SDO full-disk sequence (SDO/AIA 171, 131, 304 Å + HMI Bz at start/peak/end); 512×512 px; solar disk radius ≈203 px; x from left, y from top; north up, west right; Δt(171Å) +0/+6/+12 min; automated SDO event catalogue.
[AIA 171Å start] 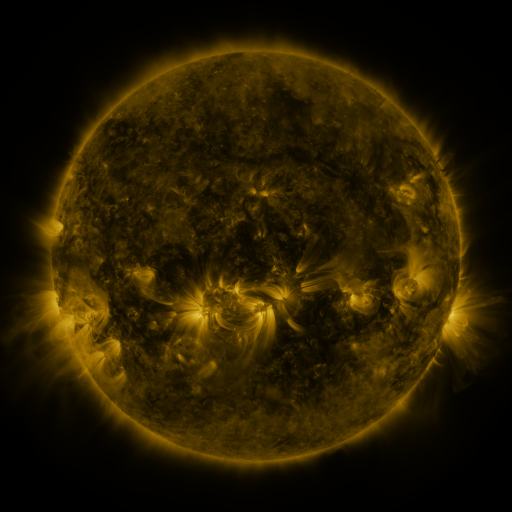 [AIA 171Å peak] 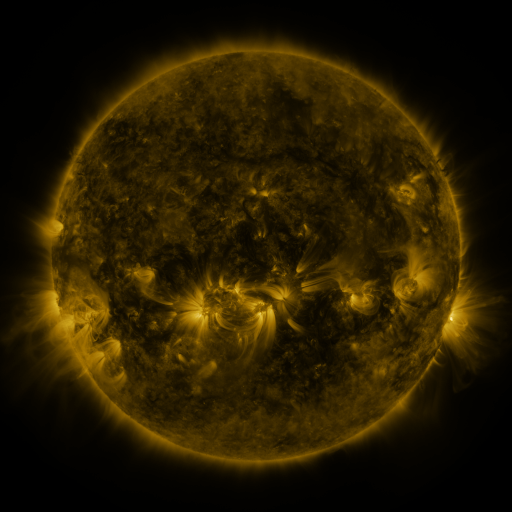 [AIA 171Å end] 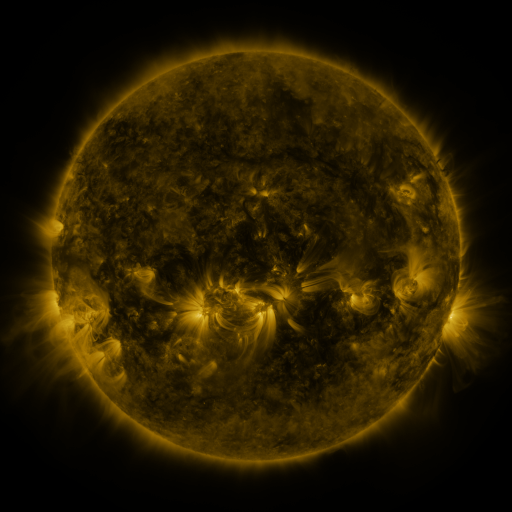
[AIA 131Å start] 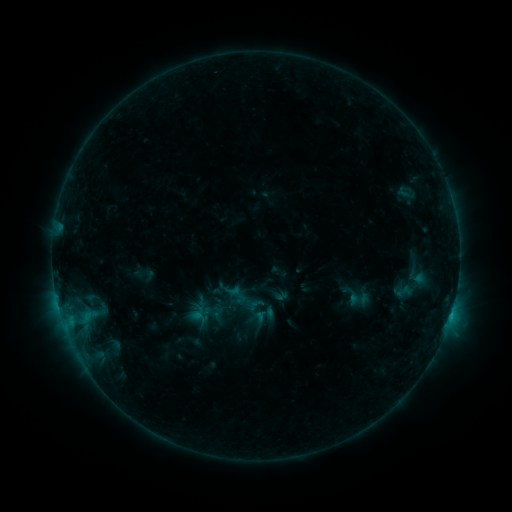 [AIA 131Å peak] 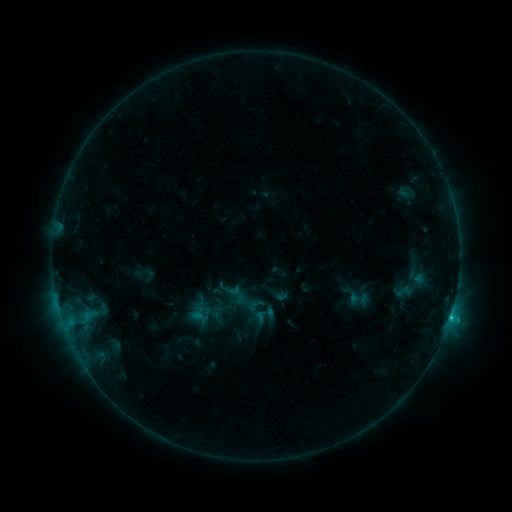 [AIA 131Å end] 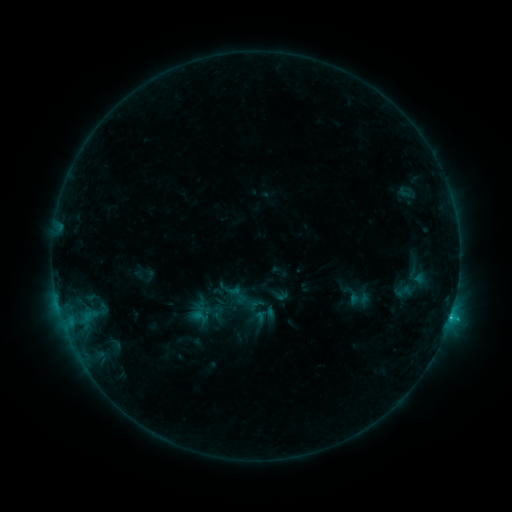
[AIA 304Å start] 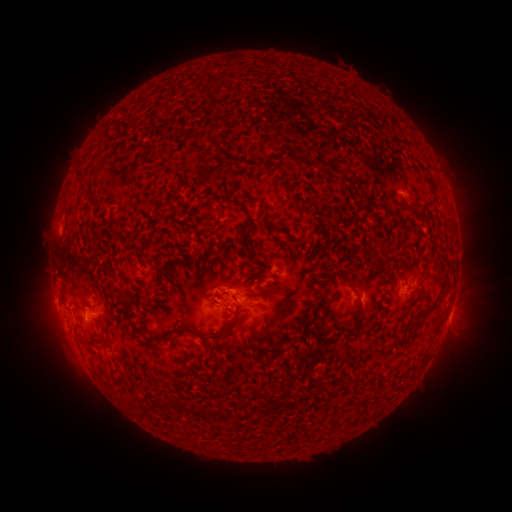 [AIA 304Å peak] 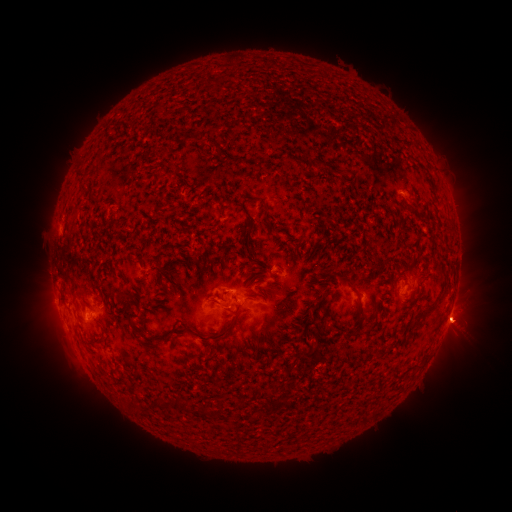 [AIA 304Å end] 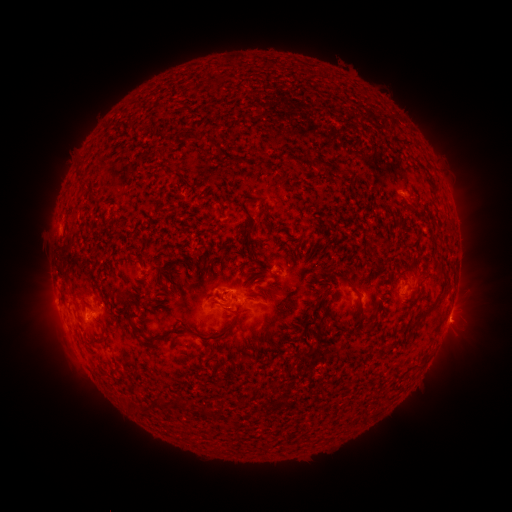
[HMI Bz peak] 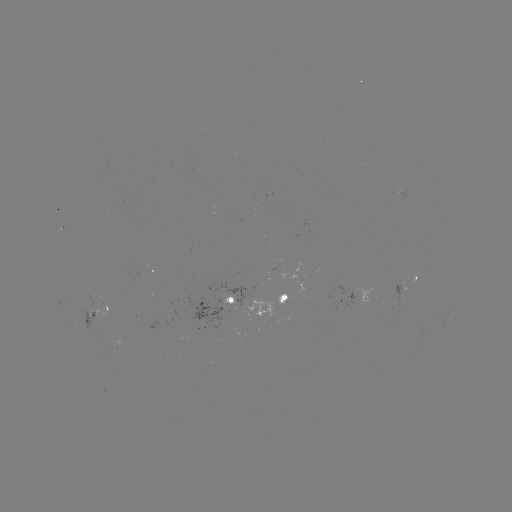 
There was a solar flare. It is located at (450, 315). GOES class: C1.4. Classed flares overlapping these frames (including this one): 1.